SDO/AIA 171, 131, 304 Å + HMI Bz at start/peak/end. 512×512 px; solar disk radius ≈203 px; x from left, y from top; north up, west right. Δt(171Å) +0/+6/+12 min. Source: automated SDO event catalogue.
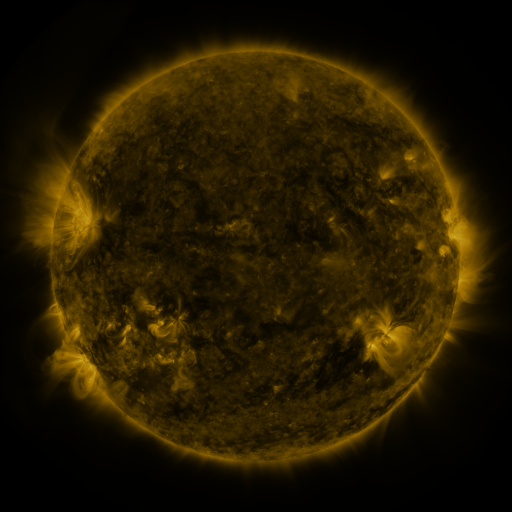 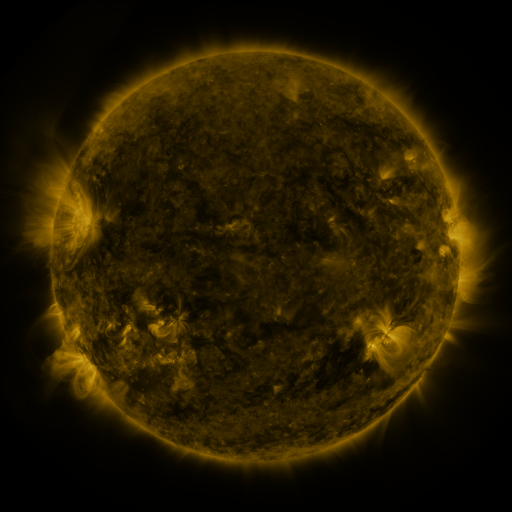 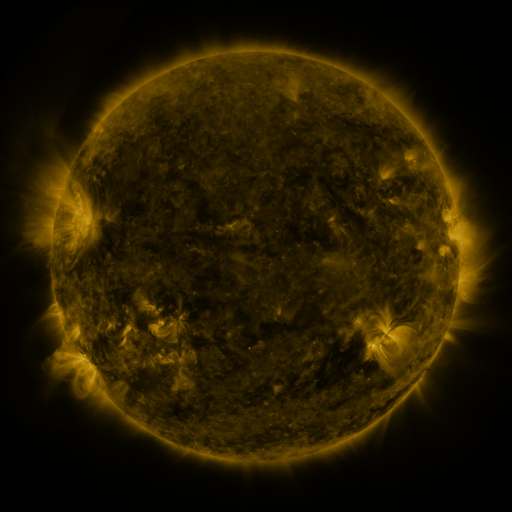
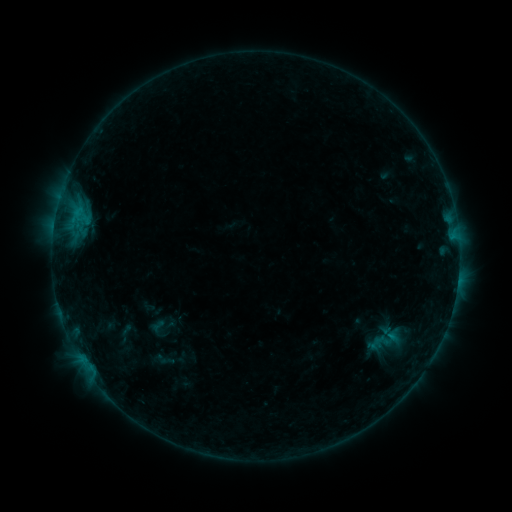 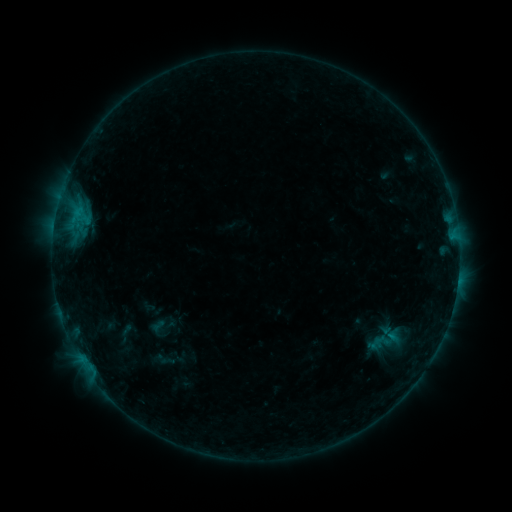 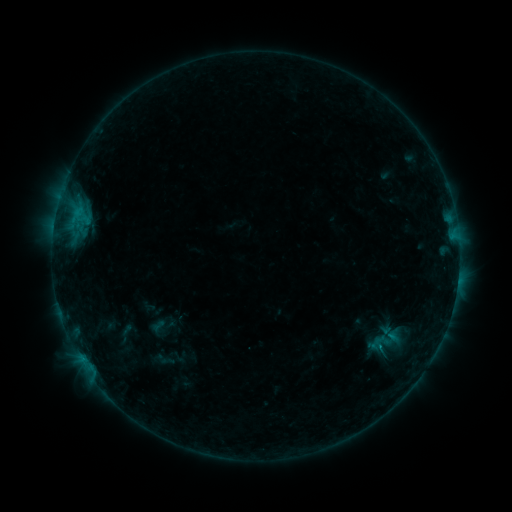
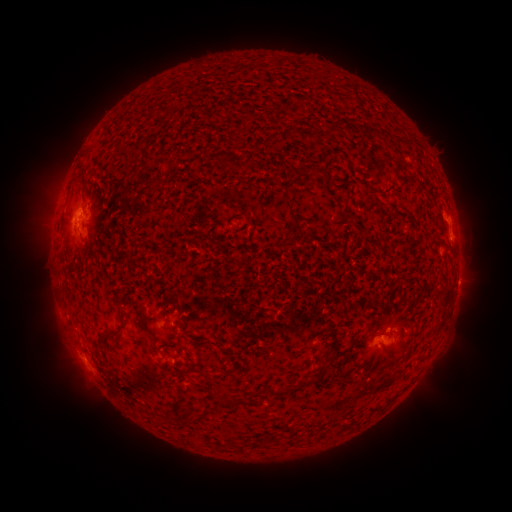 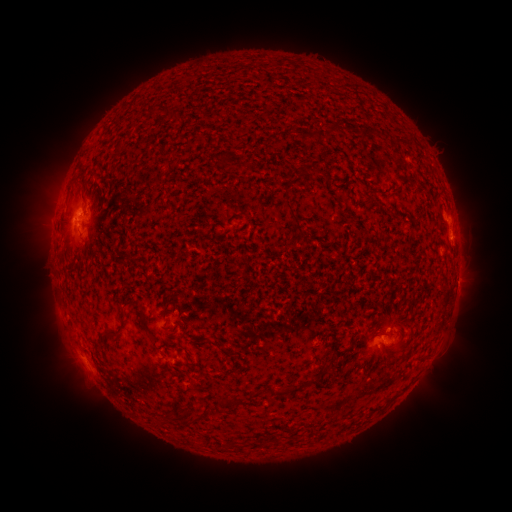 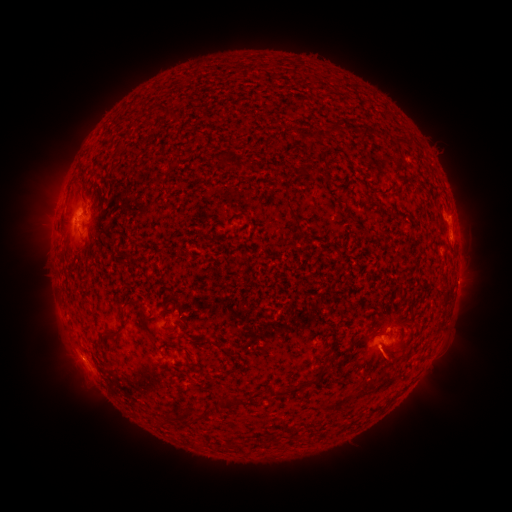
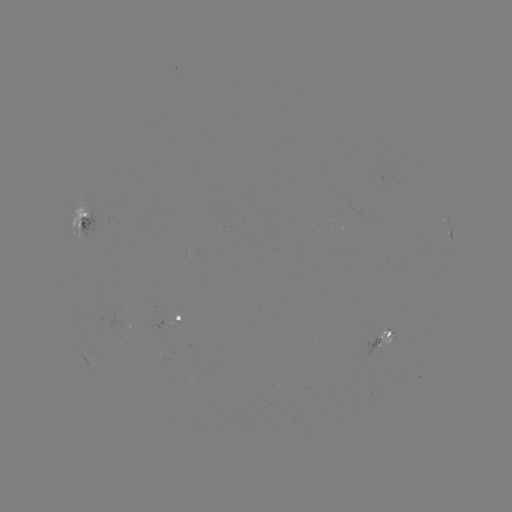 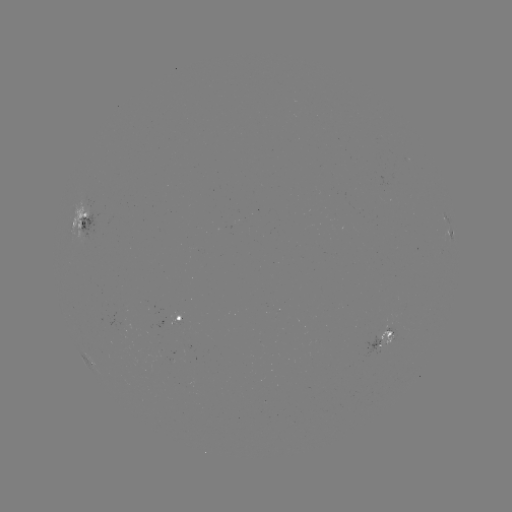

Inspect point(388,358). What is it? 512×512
eruption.